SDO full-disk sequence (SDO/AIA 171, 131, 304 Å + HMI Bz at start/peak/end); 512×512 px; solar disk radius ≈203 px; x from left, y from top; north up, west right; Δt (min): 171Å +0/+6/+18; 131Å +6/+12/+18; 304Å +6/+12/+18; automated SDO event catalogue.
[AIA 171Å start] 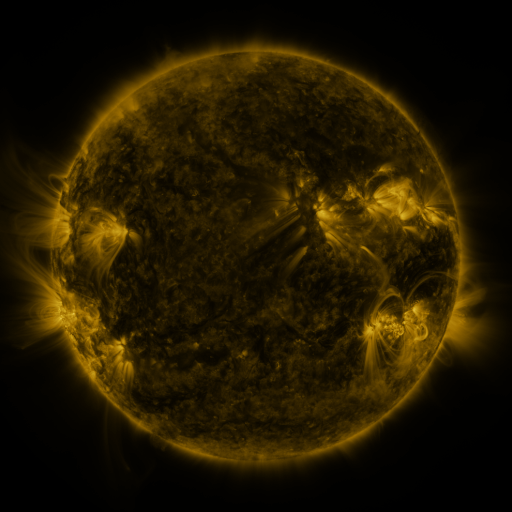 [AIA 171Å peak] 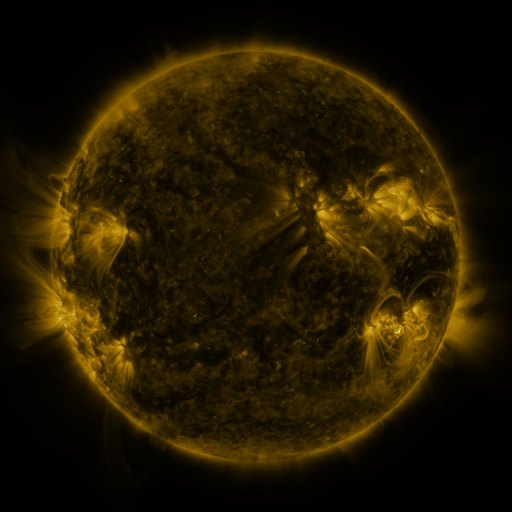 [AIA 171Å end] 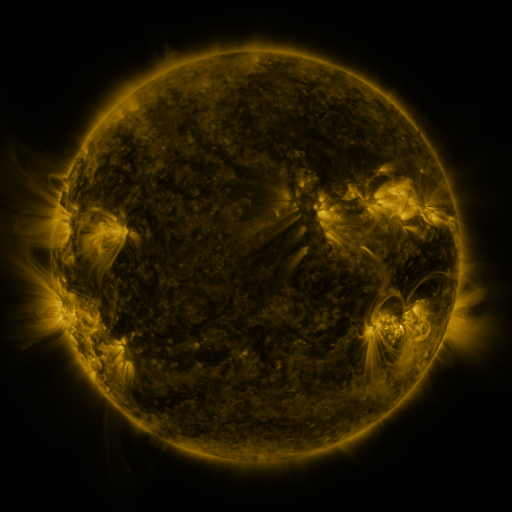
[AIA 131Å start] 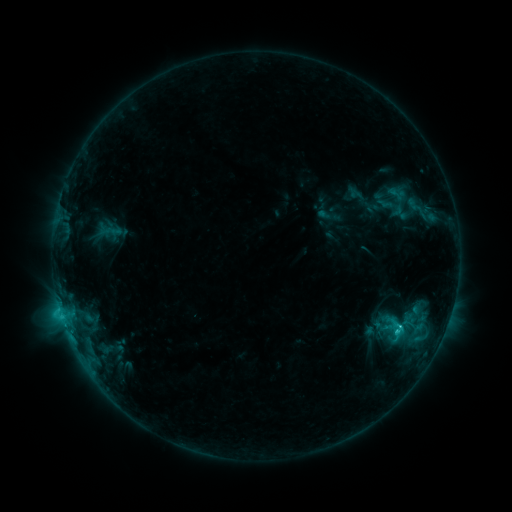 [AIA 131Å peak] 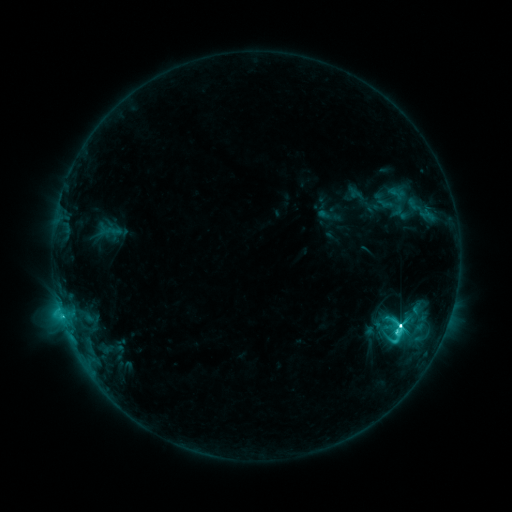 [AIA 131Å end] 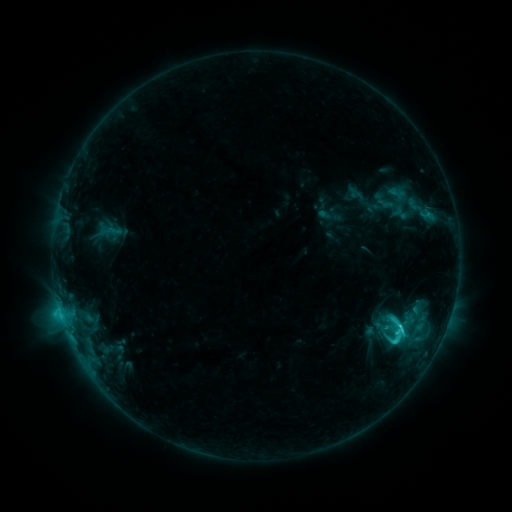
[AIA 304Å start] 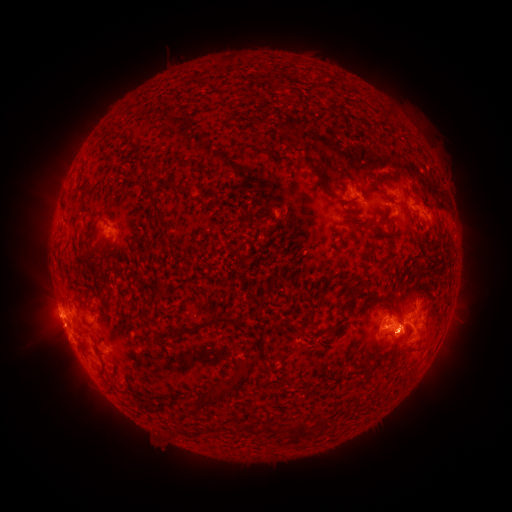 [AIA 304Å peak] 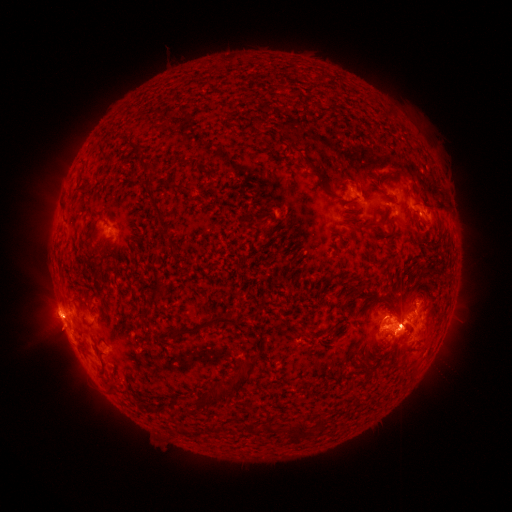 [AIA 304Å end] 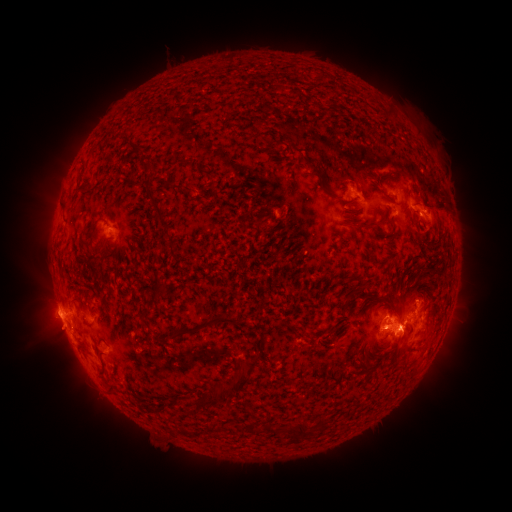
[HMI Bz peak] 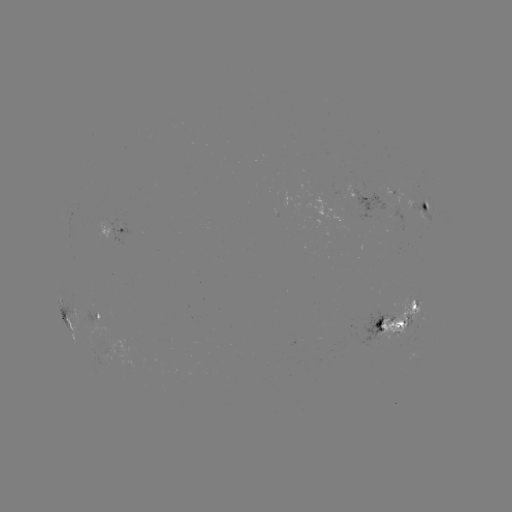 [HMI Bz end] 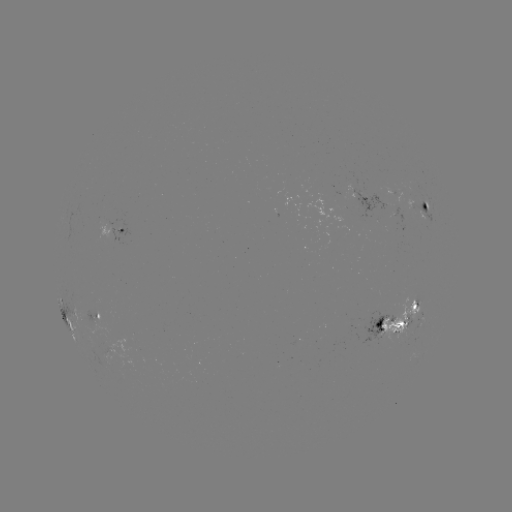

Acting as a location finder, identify M1.2 flare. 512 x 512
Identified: (62, 316).